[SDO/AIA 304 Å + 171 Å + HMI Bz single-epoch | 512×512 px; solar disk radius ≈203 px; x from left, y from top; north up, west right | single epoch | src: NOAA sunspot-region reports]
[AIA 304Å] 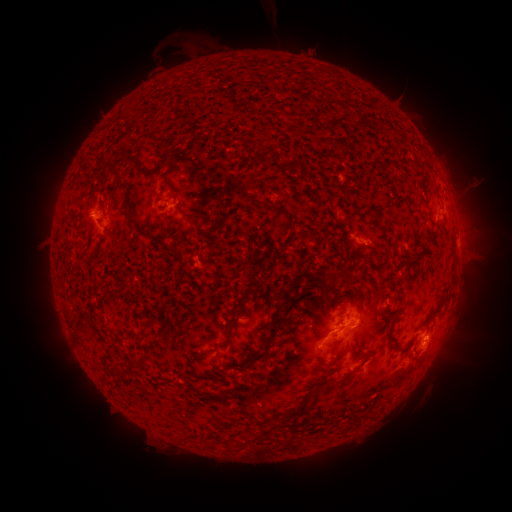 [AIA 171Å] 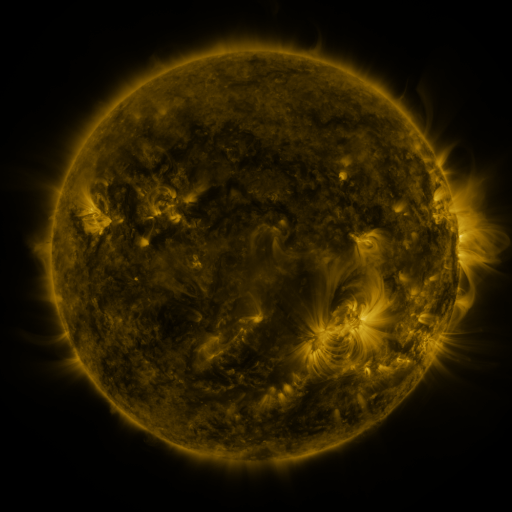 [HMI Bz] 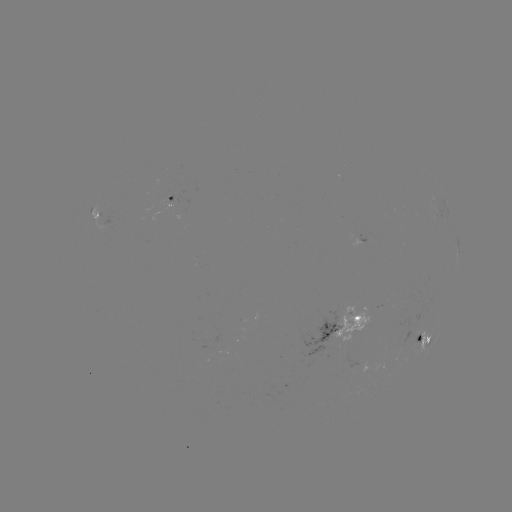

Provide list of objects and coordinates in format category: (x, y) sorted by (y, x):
spotted active region: (173, 198)
spotted active region: (94, 210)
spotted active region: (362, 238)
spotted active region: (458, 238)
spotted active region: (349, 323)
spotted active region: (426, 335)
